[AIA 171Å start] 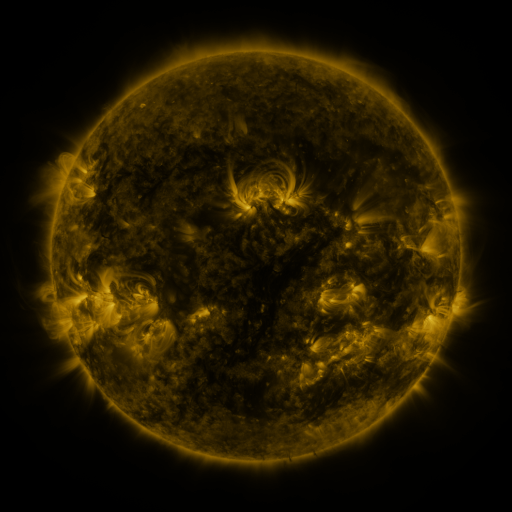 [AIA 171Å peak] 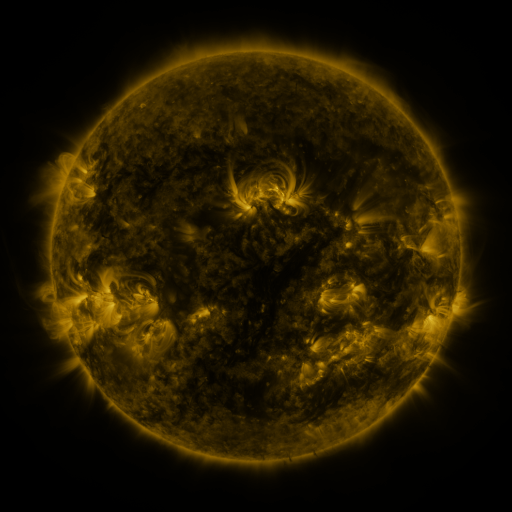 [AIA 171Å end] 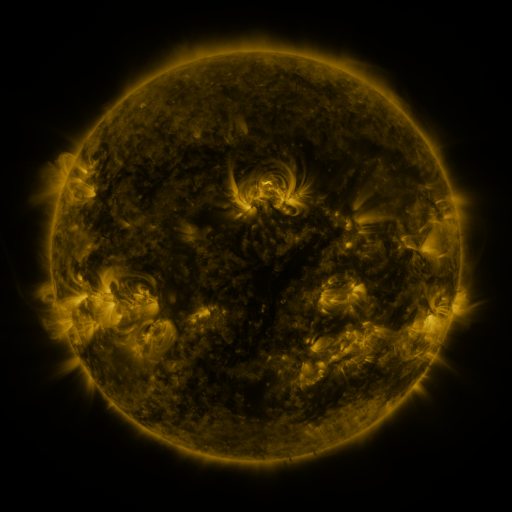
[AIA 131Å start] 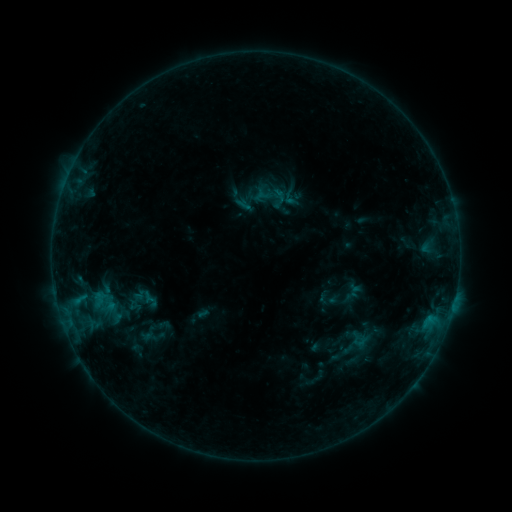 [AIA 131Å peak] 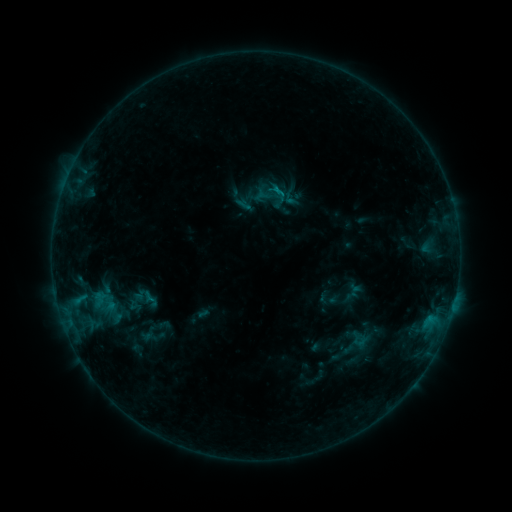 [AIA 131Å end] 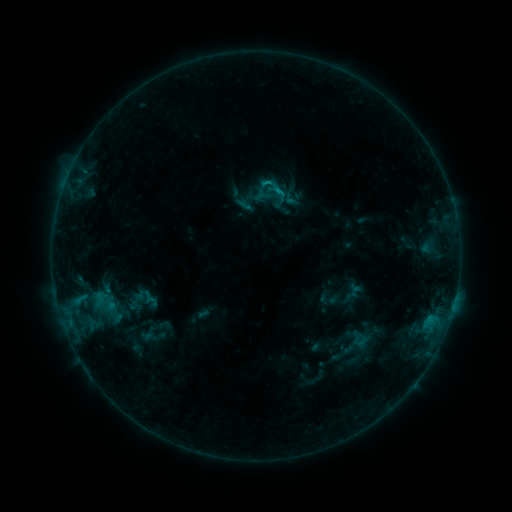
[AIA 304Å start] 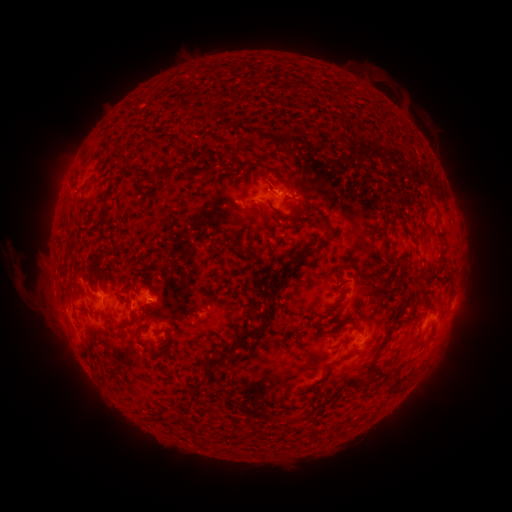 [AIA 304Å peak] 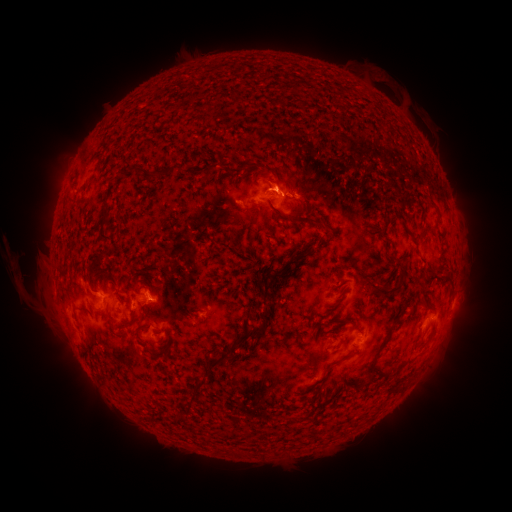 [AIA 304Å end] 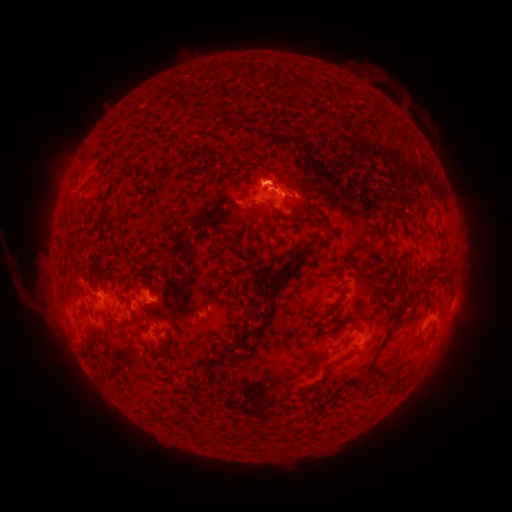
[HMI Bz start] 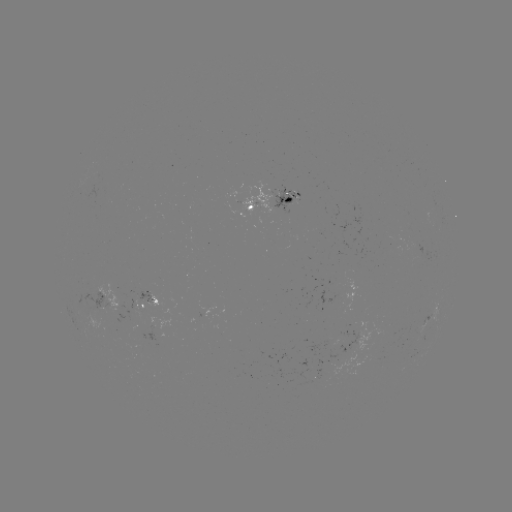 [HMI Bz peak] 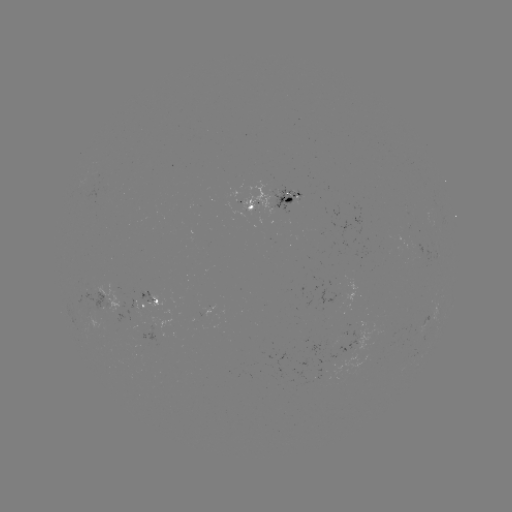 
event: eruption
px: (271, 128)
